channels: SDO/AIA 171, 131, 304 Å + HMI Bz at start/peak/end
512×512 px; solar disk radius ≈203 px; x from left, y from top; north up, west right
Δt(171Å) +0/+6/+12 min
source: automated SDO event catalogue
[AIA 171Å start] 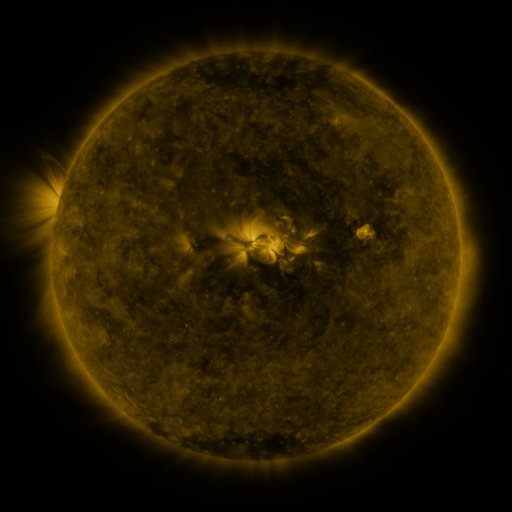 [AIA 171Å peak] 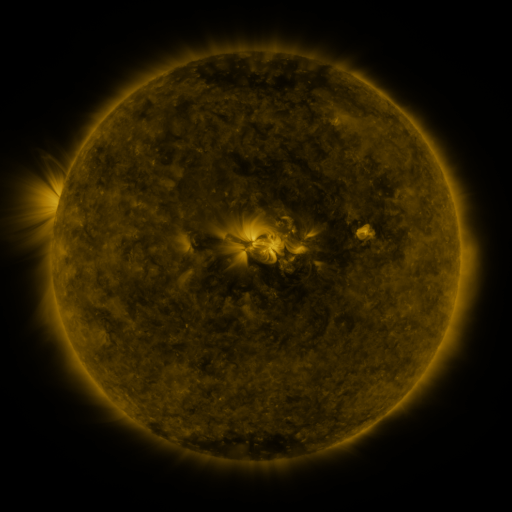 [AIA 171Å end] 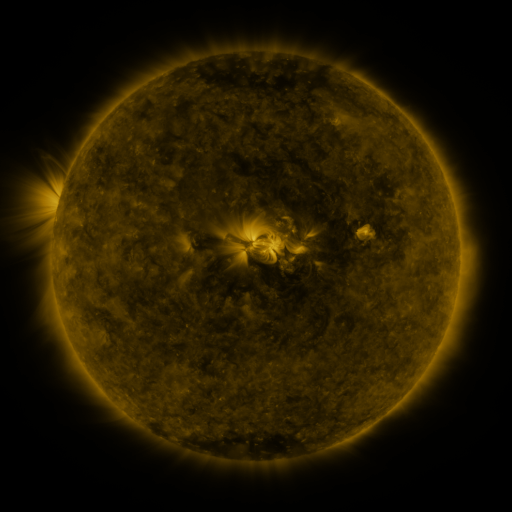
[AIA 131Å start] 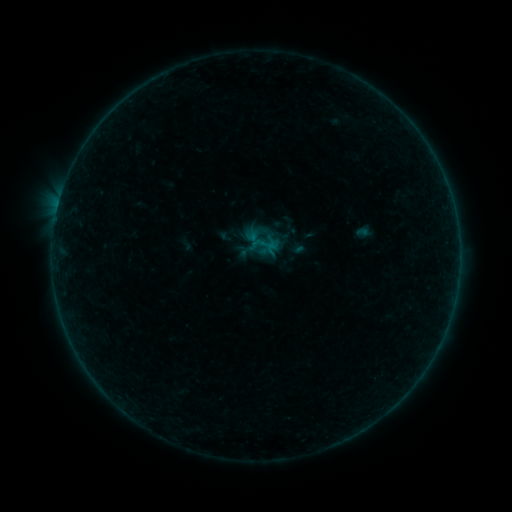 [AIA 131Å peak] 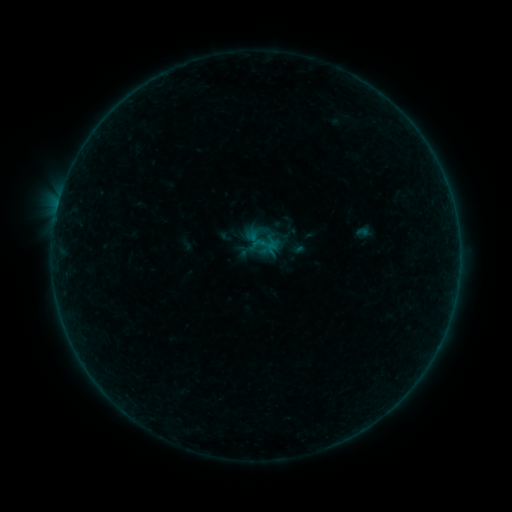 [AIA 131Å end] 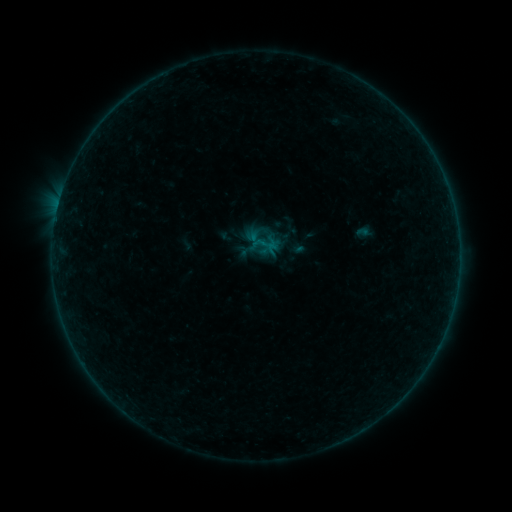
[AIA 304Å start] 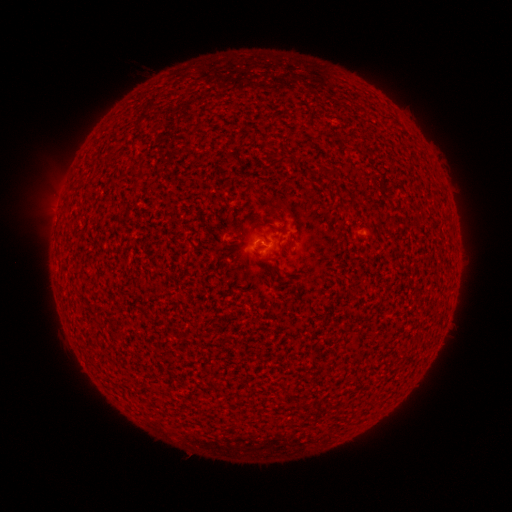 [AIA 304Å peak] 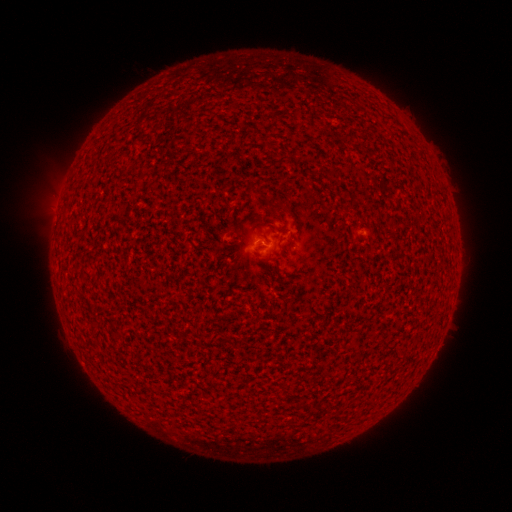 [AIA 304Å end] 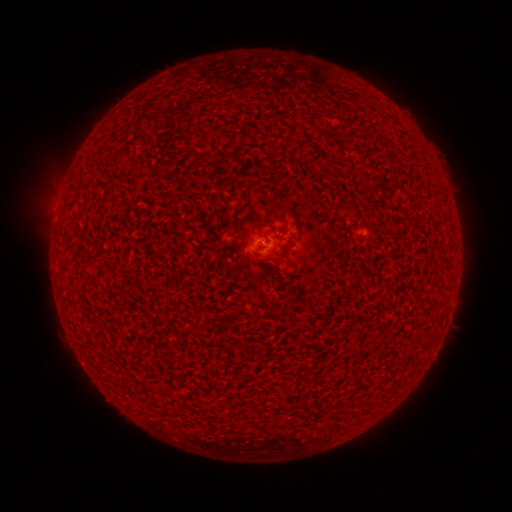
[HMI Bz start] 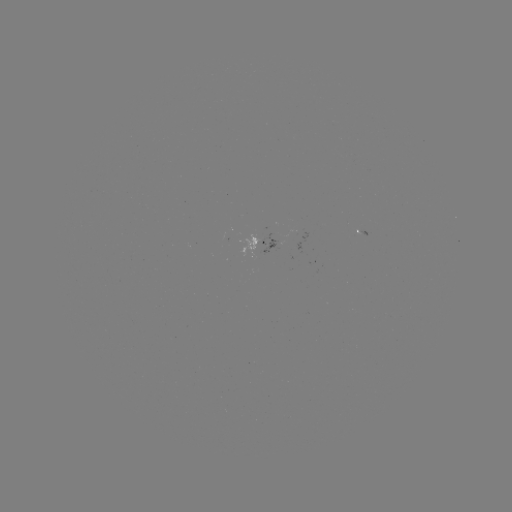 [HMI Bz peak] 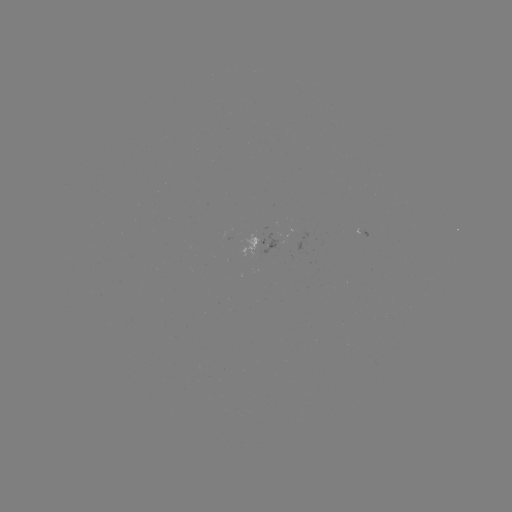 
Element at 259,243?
B1.0 flare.